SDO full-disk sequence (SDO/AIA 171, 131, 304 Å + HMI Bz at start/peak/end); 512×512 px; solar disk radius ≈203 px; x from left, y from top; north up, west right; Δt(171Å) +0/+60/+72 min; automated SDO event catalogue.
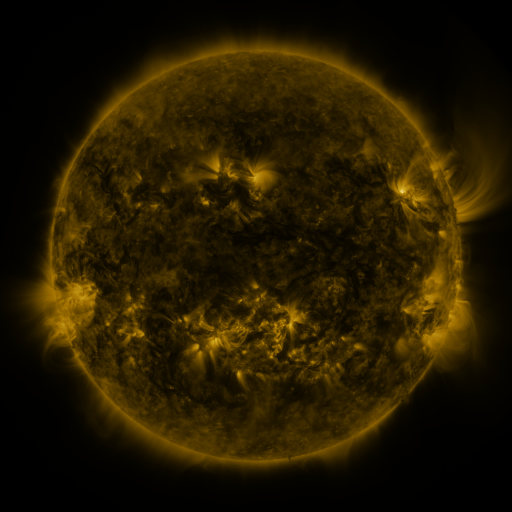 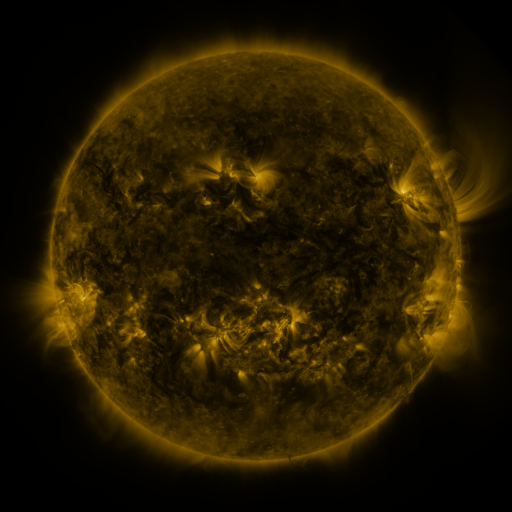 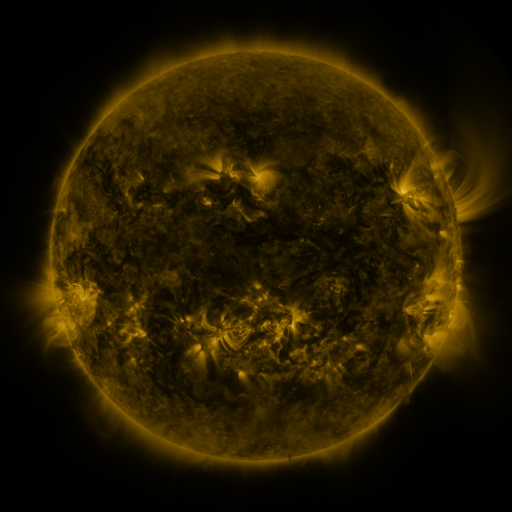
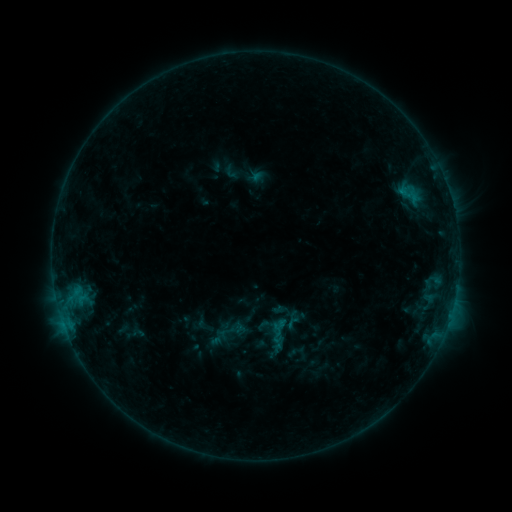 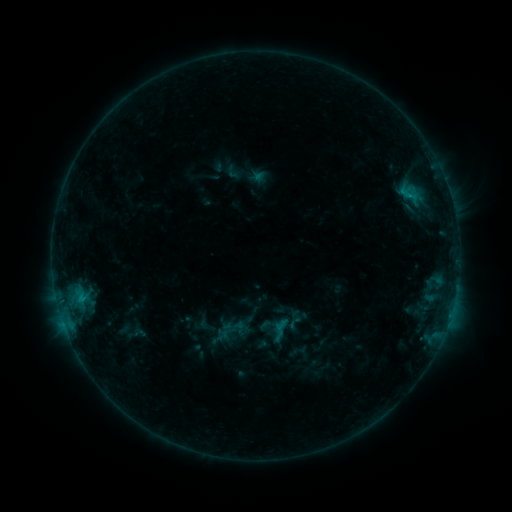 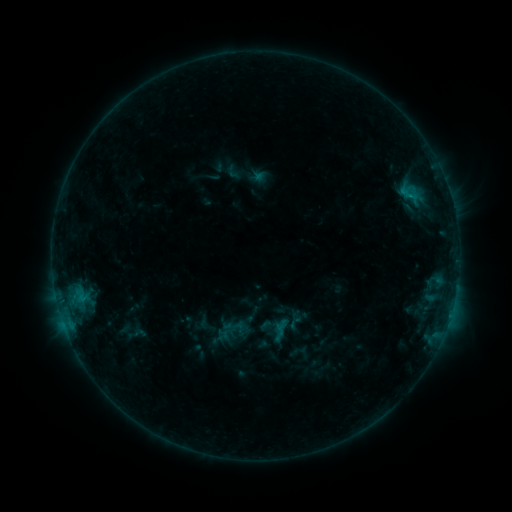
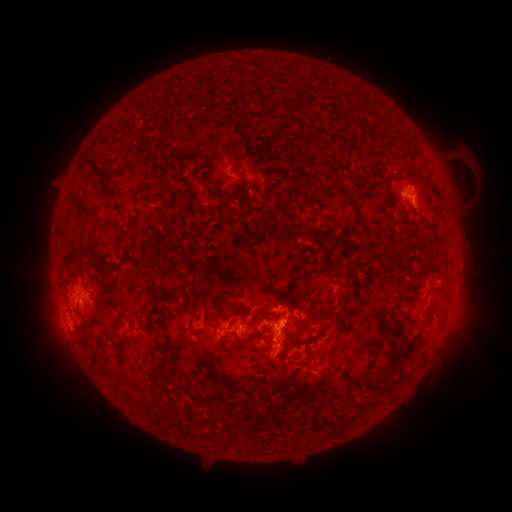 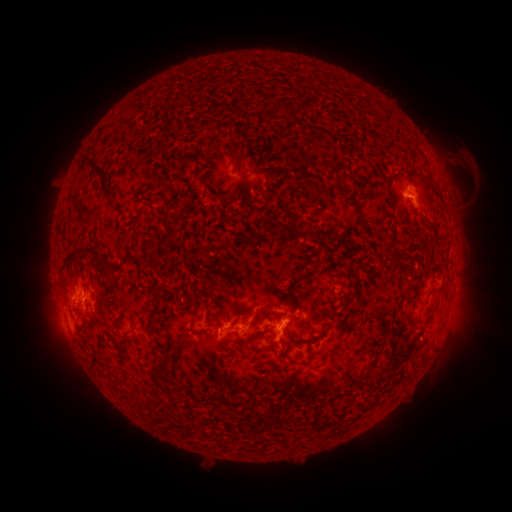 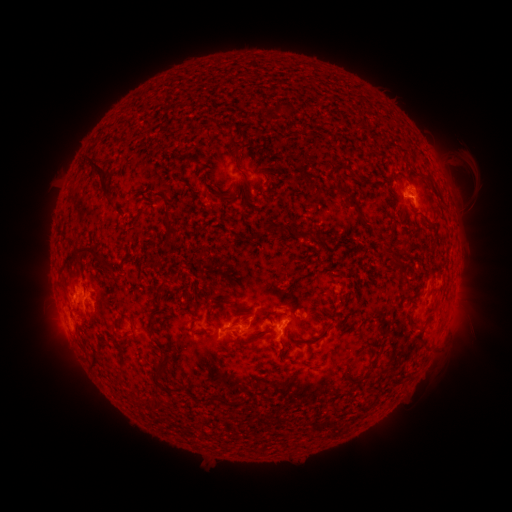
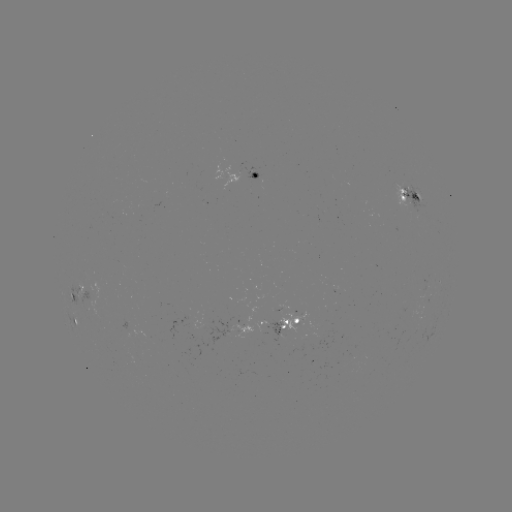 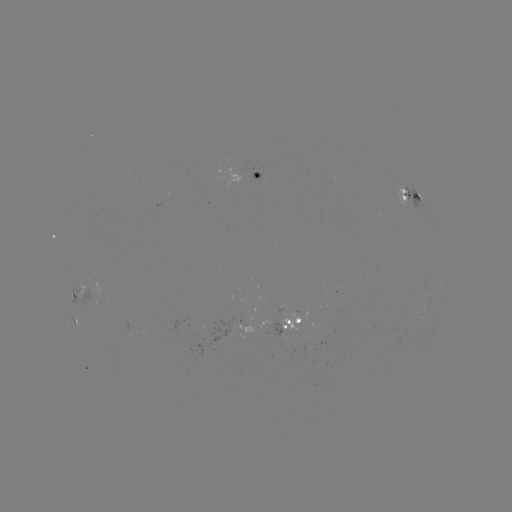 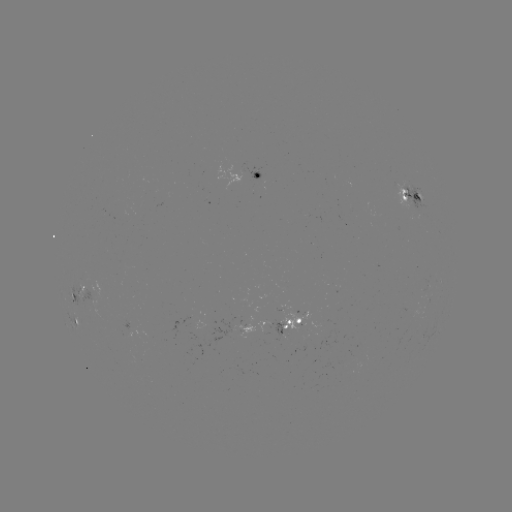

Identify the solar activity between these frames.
emerging-flux region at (92, 305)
